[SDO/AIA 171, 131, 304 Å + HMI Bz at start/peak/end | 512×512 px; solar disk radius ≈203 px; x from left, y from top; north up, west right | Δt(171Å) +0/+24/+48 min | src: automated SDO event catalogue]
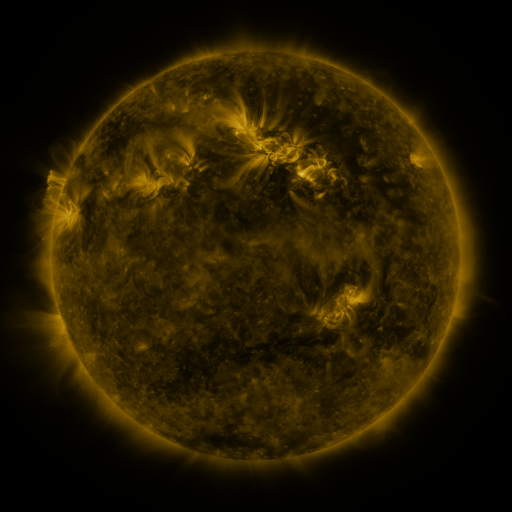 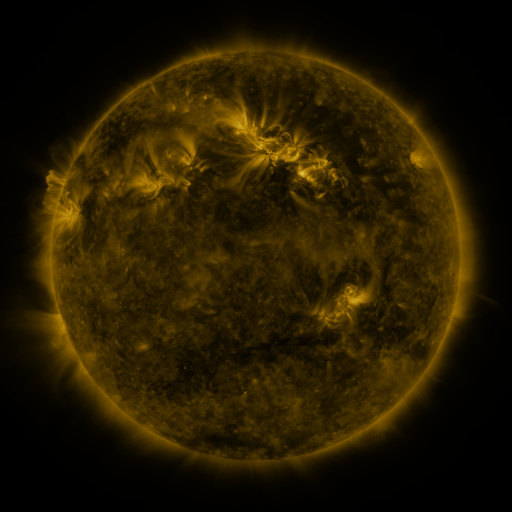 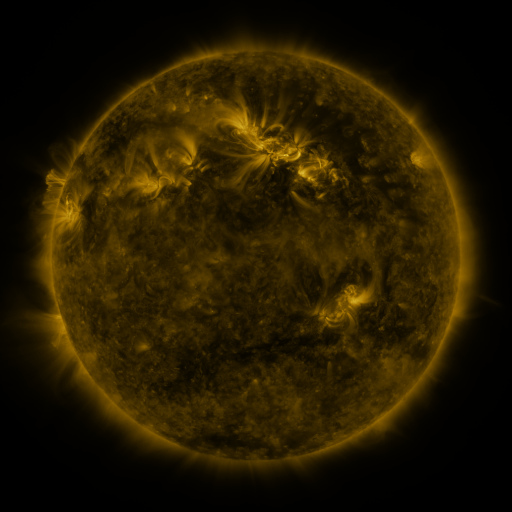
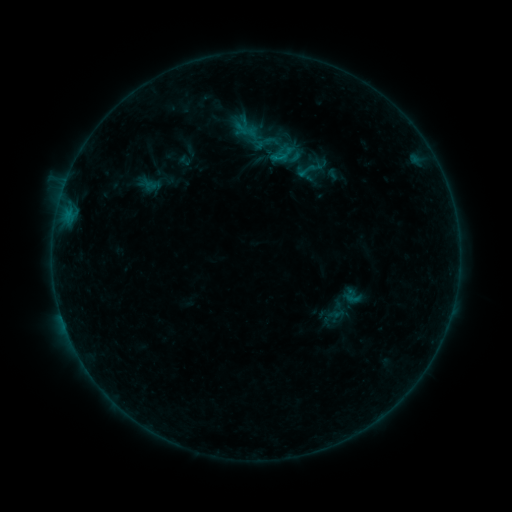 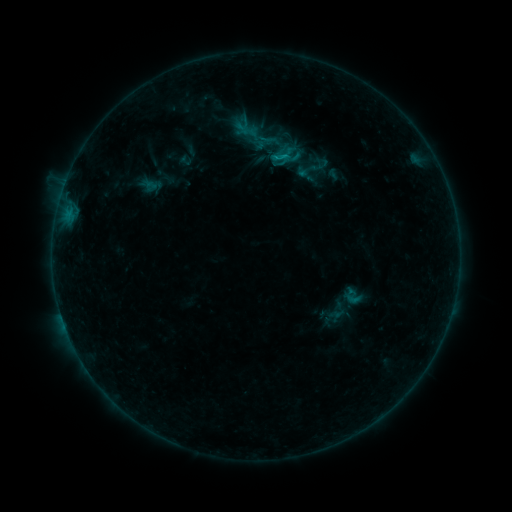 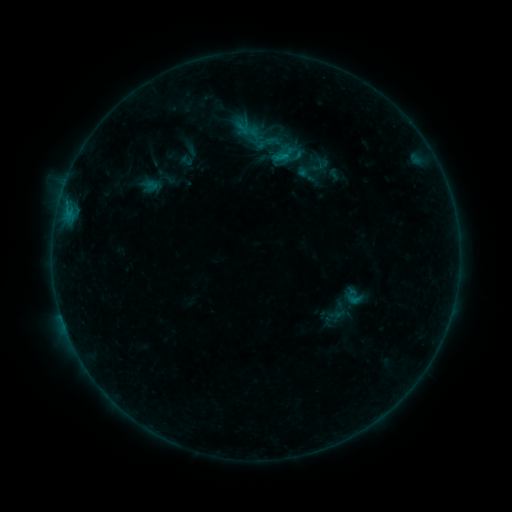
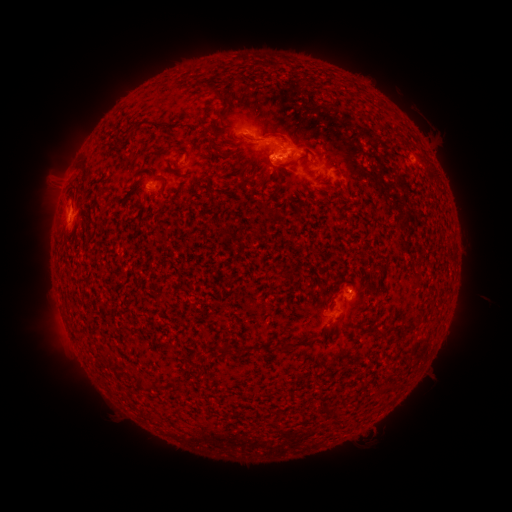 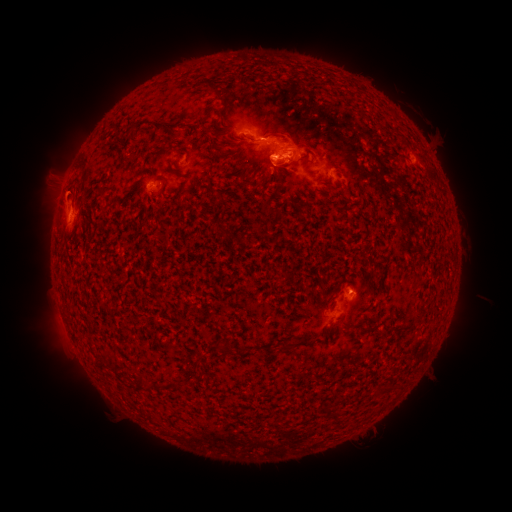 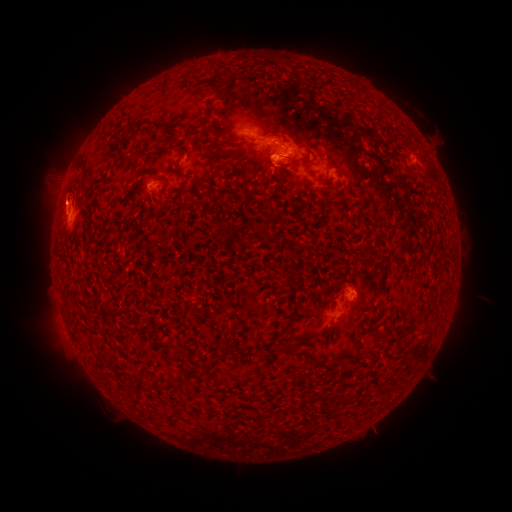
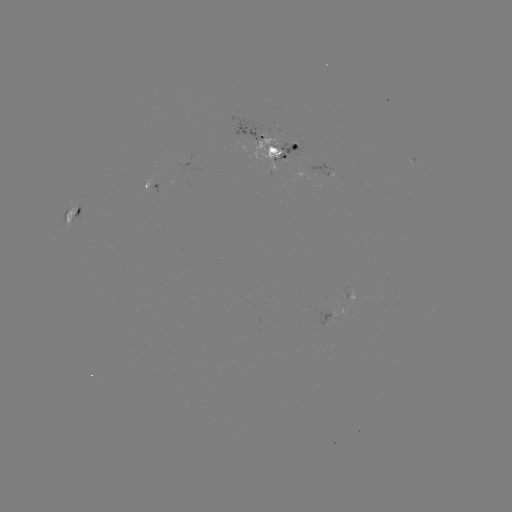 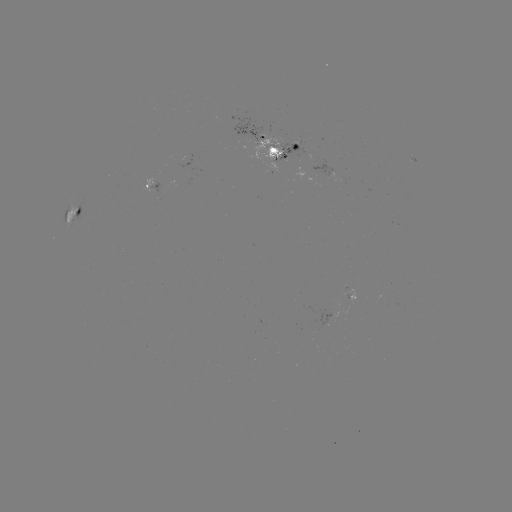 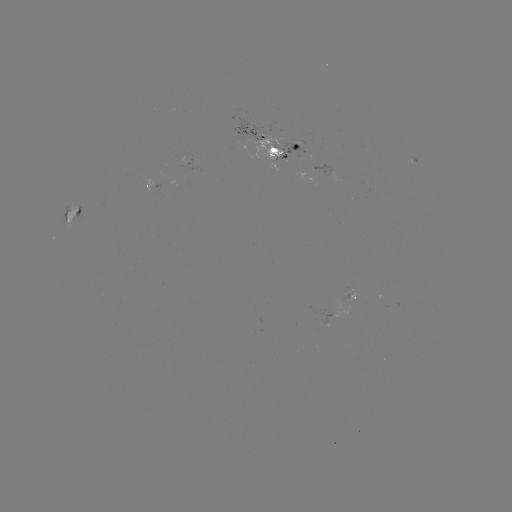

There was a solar emerging-flux region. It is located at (336, 313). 